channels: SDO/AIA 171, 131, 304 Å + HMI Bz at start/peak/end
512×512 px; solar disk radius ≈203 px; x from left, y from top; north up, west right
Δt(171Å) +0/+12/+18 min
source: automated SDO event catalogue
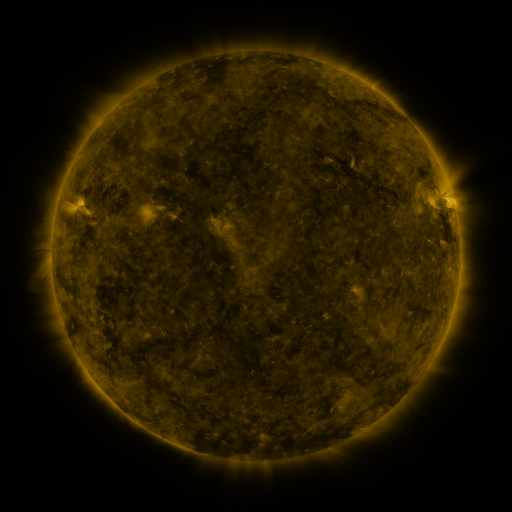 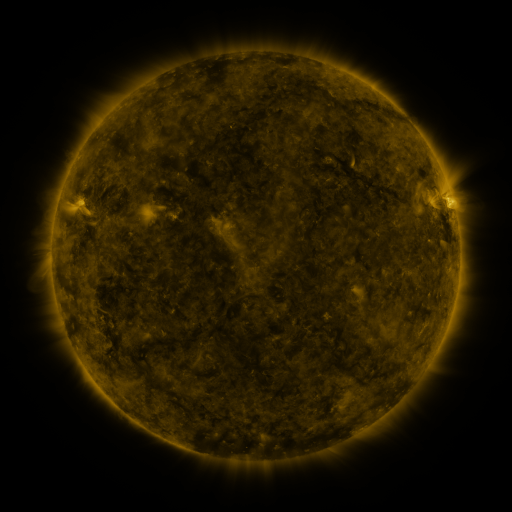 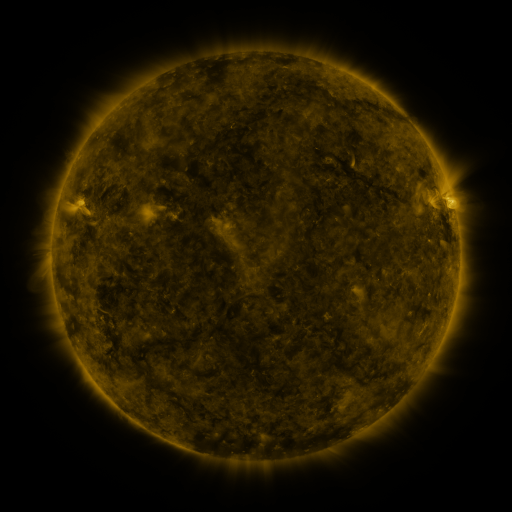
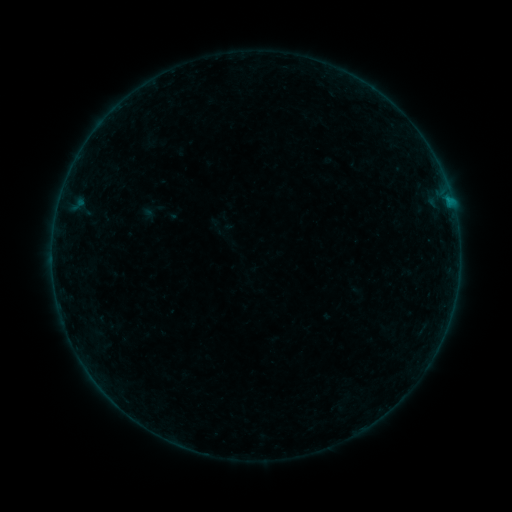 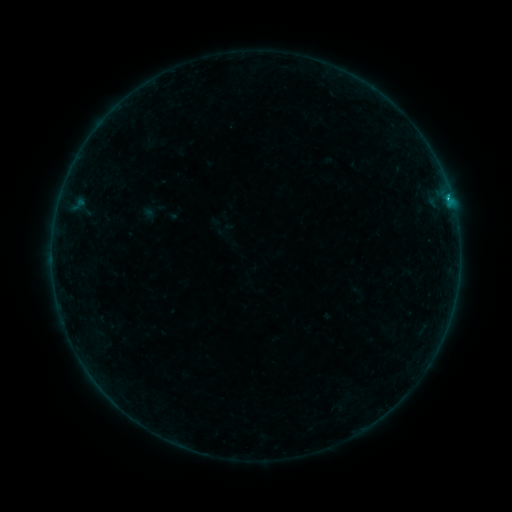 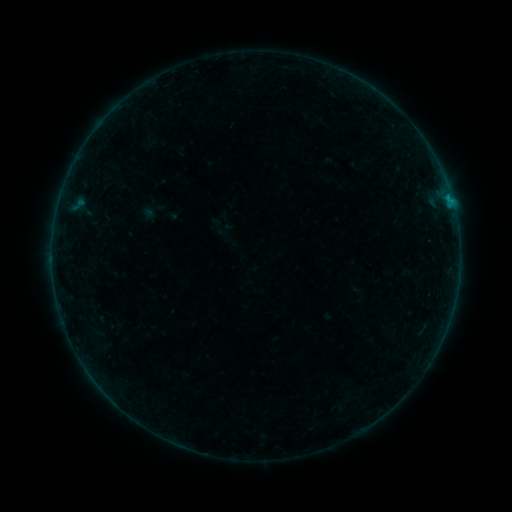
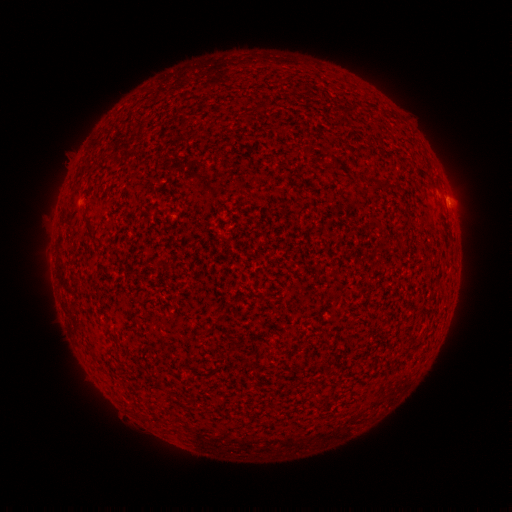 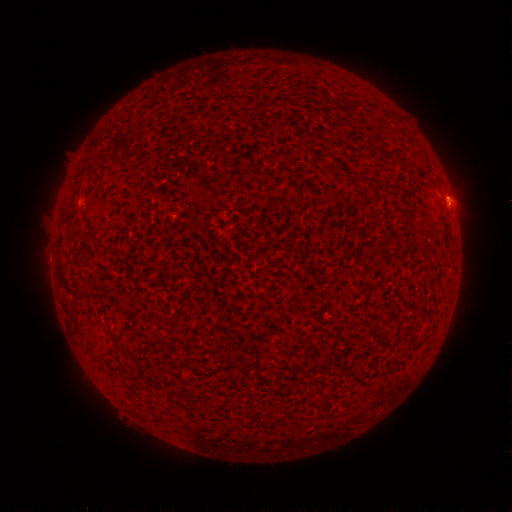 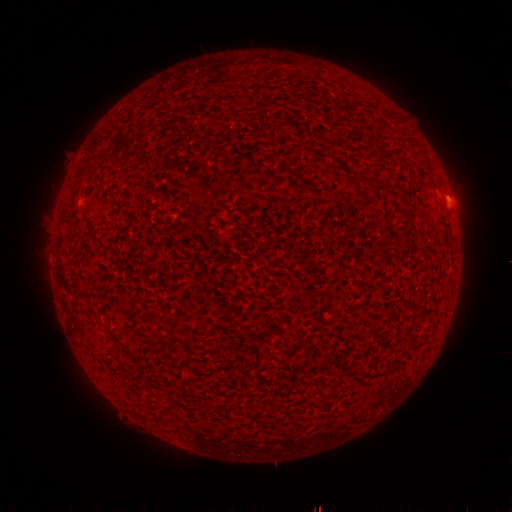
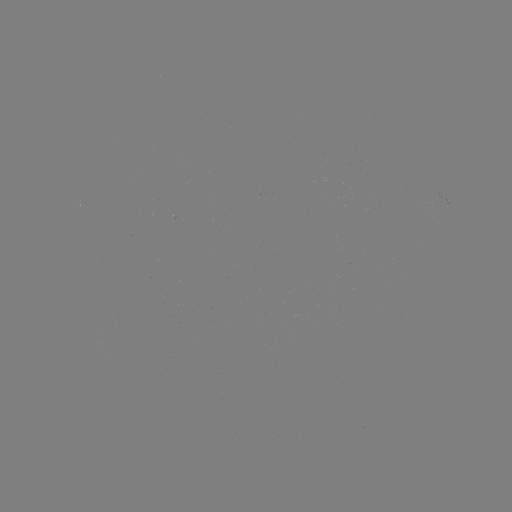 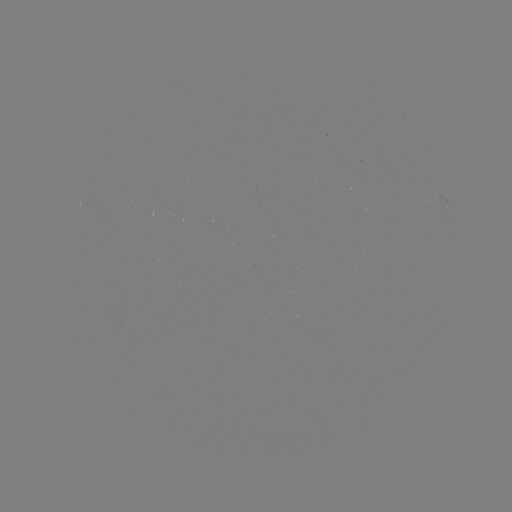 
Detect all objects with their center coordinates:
B6.6 flare: (448, 200)
